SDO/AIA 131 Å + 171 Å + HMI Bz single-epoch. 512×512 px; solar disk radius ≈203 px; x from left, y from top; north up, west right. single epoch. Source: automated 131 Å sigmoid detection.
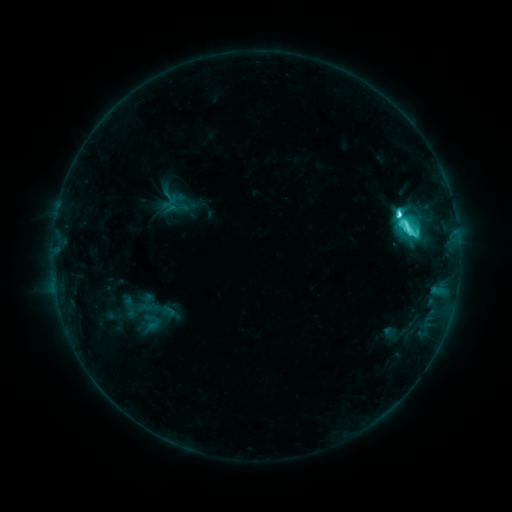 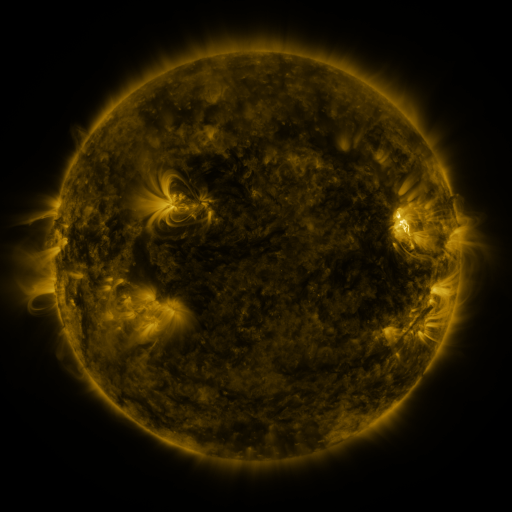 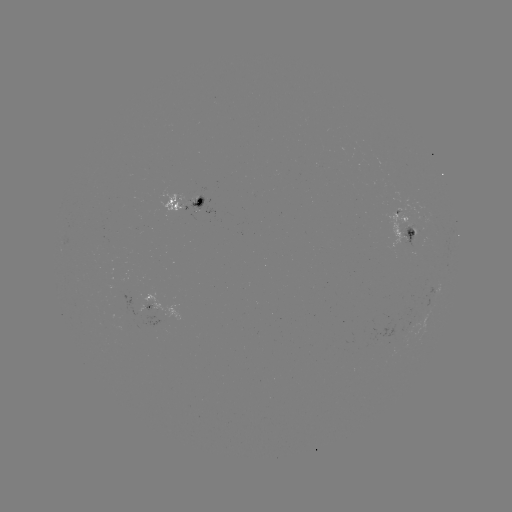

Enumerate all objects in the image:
sigmoid: <bbox>135, 312, 167, 333</bbox>
